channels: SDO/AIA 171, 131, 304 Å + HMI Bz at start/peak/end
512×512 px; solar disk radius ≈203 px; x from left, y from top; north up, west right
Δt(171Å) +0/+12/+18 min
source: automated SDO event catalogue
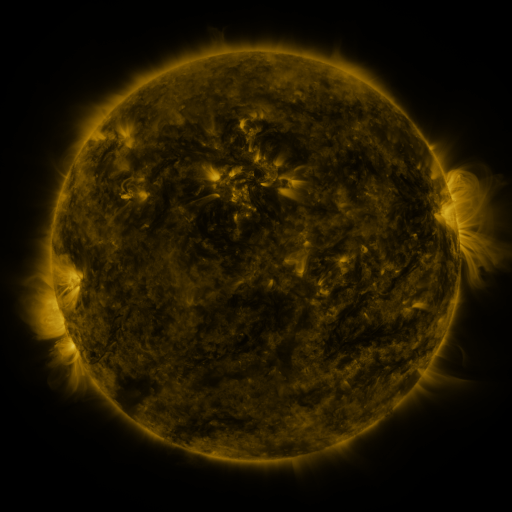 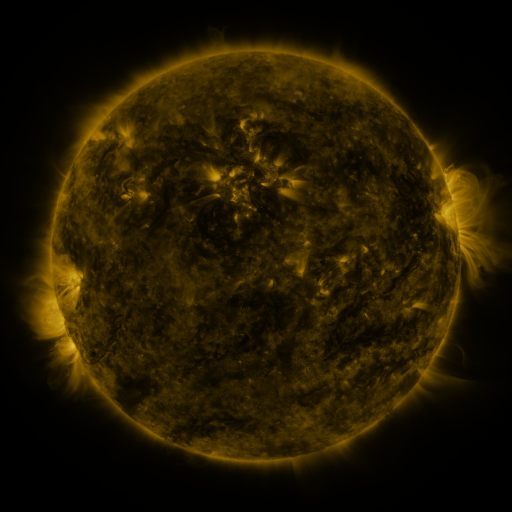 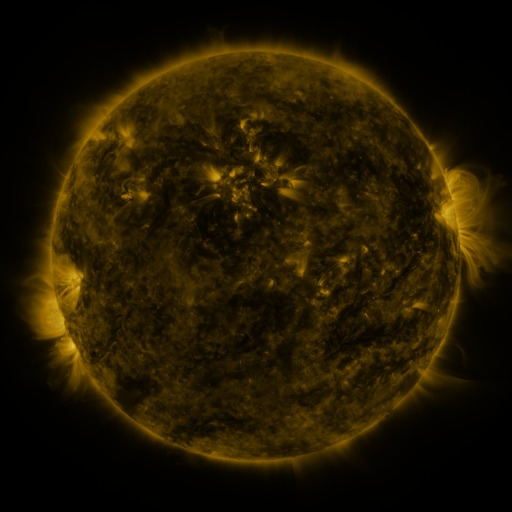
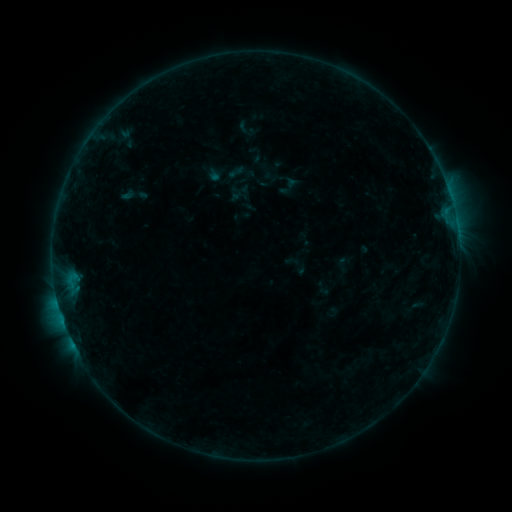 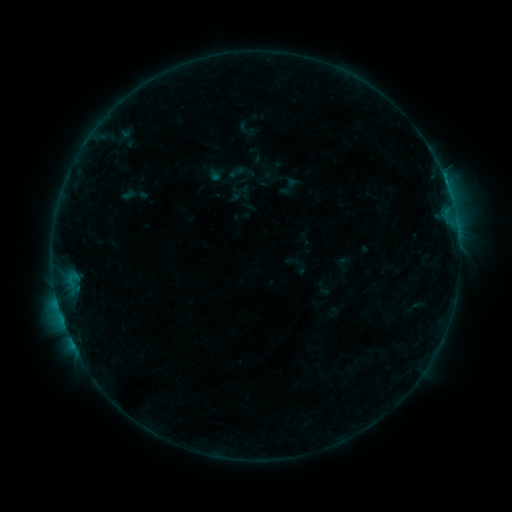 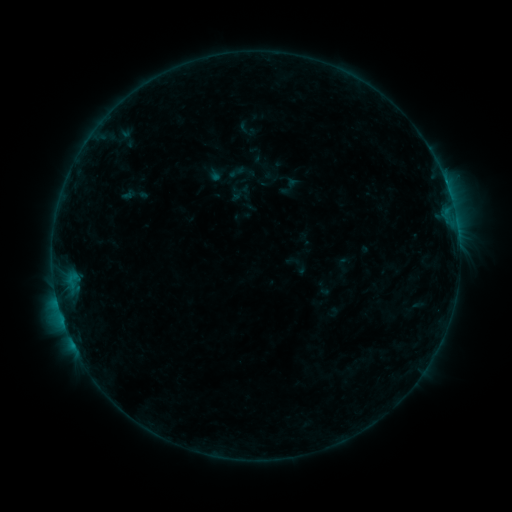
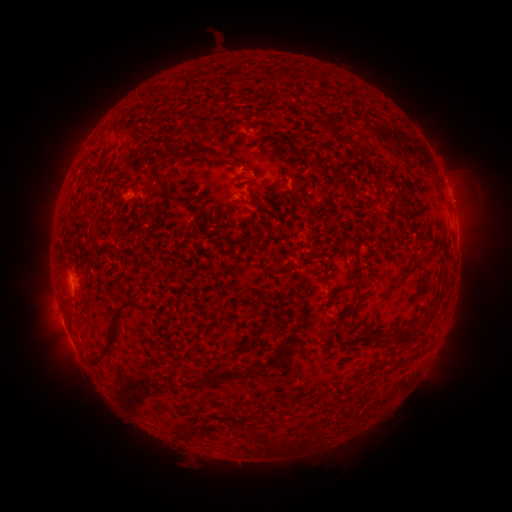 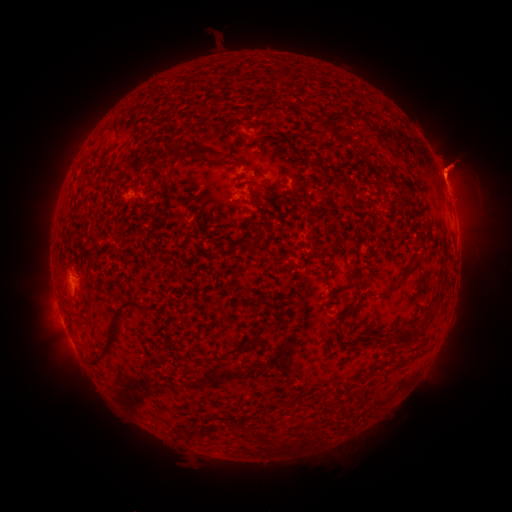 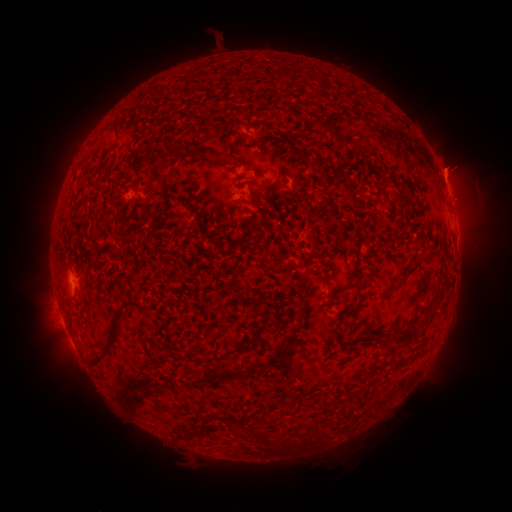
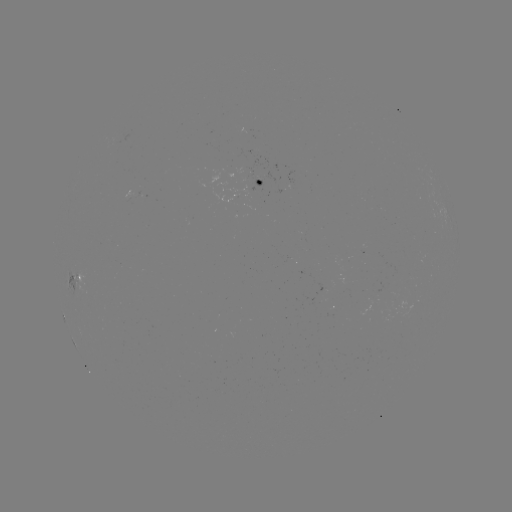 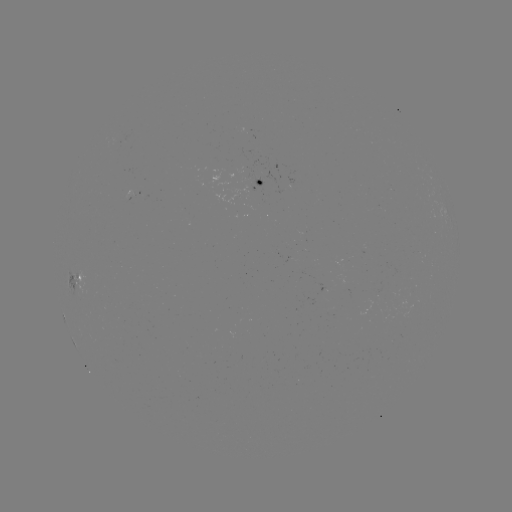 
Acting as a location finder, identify B3.8 flare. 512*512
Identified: (445, 182).